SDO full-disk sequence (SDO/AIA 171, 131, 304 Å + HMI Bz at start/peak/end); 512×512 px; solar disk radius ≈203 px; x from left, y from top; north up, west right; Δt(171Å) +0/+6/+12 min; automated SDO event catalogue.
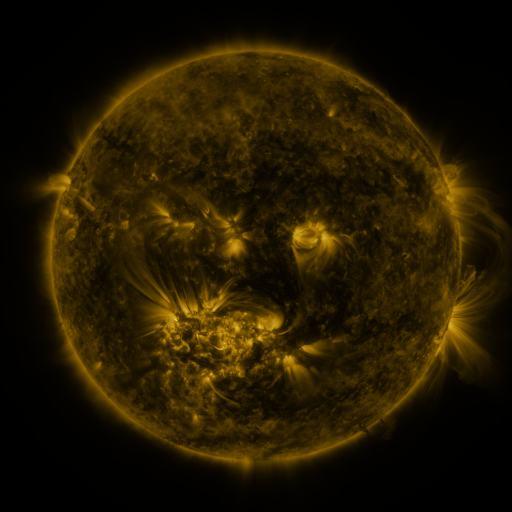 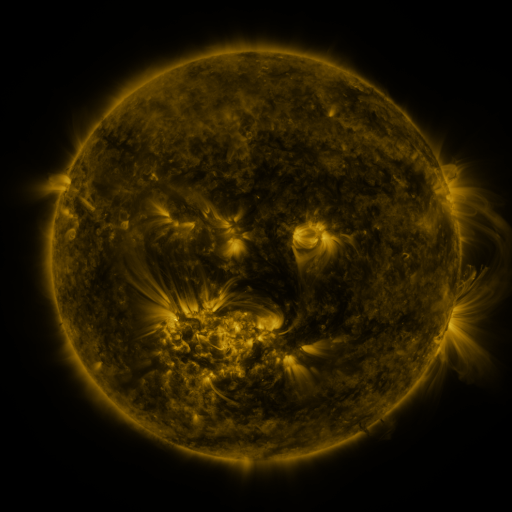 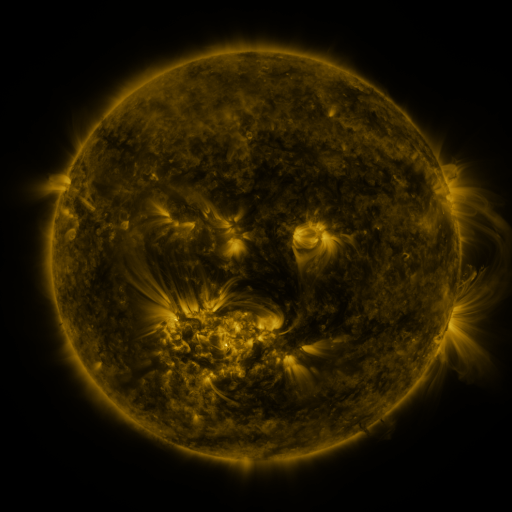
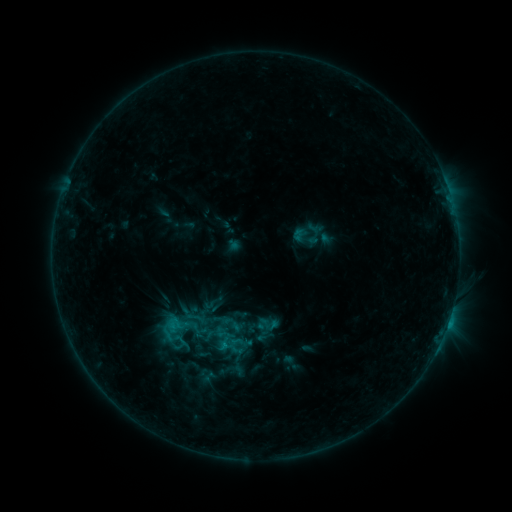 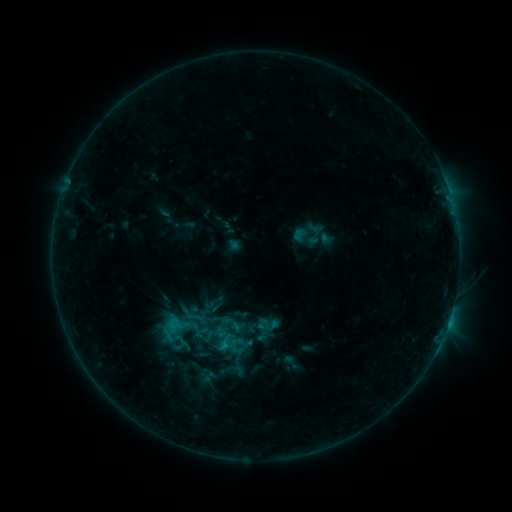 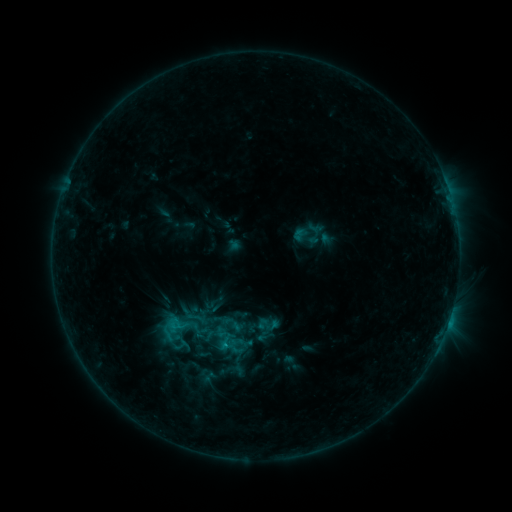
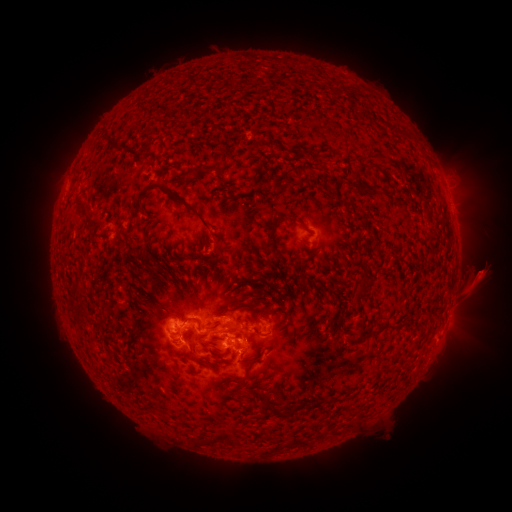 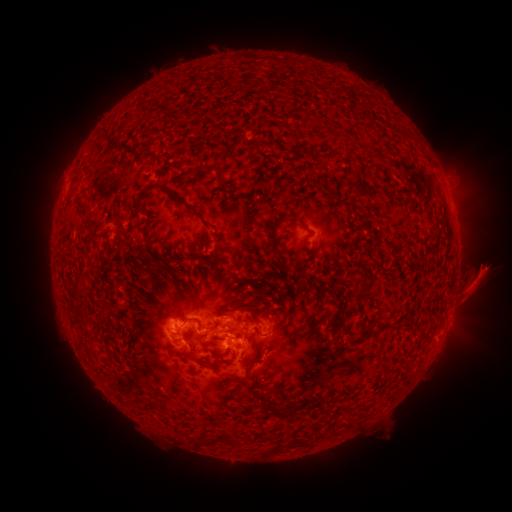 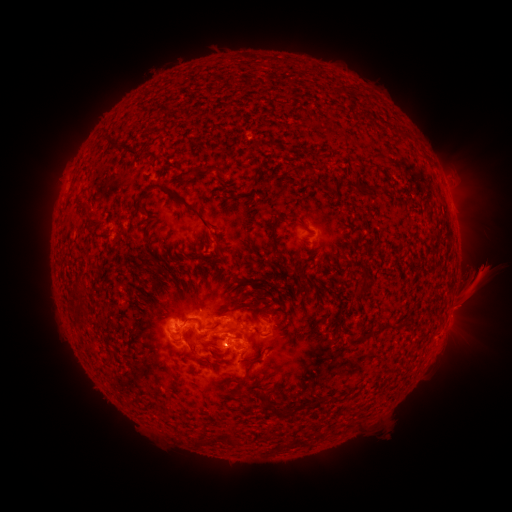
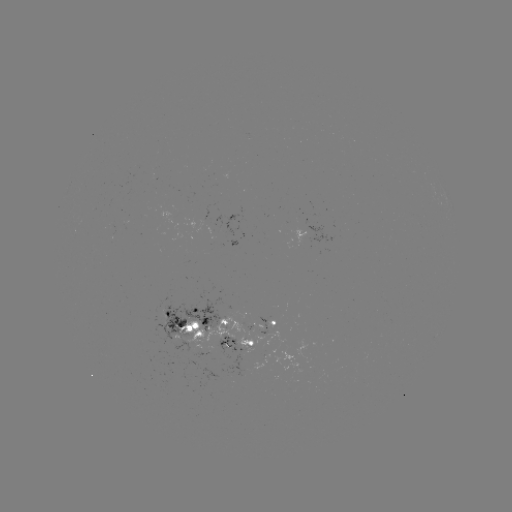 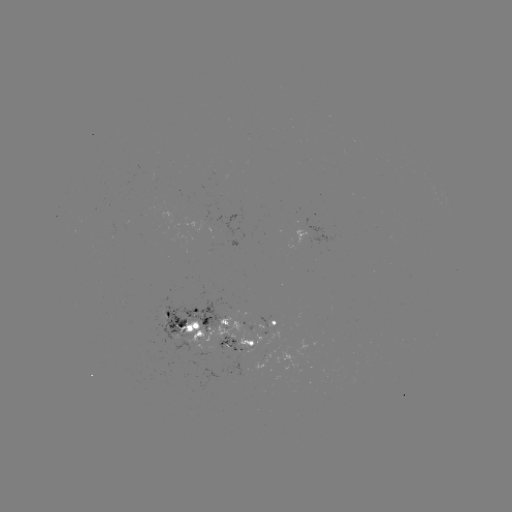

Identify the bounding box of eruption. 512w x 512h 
[455, 242, 511, 296].